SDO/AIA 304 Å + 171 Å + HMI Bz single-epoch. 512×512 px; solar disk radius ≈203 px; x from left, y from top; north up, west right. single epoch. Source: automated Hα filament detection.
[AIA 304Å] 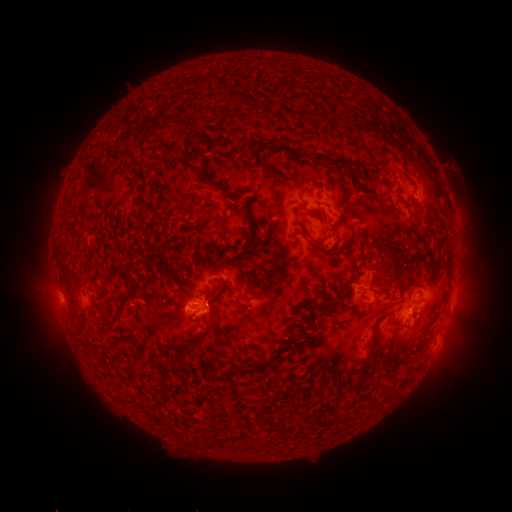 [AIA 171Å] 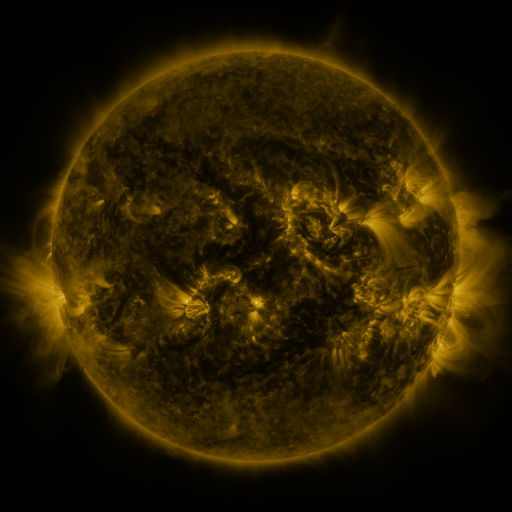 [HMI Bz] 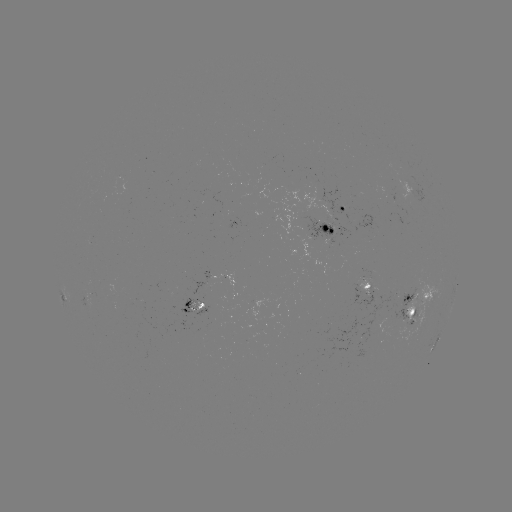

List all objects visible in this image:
filament: (158, 141)
filament: (298, 150)
filament: (124, 151)
filament: (337, 162)
filament: (193, 167)
filament: (273, 172)
filament: (307, 181)
filament: (243, 201)
filament: (249, 233)
filament: (307, 235)
filament: (363, 239)
filament: (388, 257)
filament: (220, 269)
filament: (207, 292)
filament: (330, 305)
filament: (375, 325)
filament: (203, 334)
filament: (374, 353)
filament: (177, 354)
